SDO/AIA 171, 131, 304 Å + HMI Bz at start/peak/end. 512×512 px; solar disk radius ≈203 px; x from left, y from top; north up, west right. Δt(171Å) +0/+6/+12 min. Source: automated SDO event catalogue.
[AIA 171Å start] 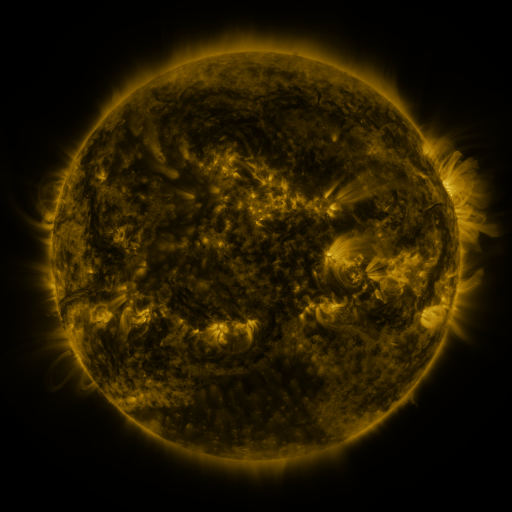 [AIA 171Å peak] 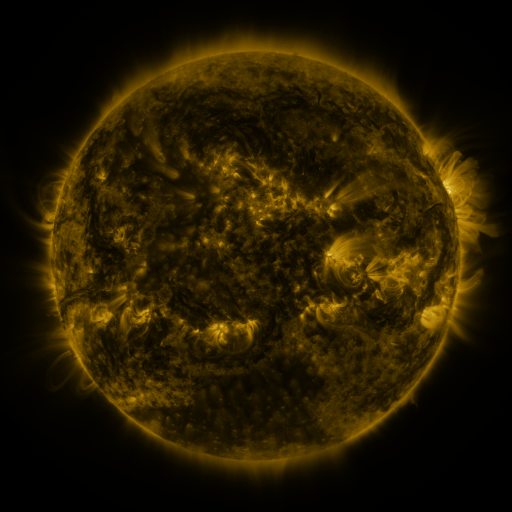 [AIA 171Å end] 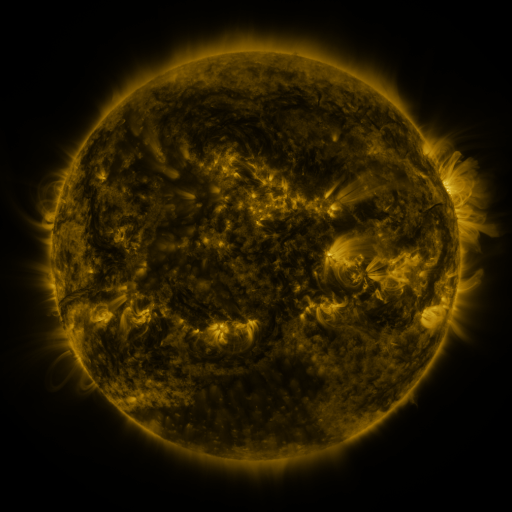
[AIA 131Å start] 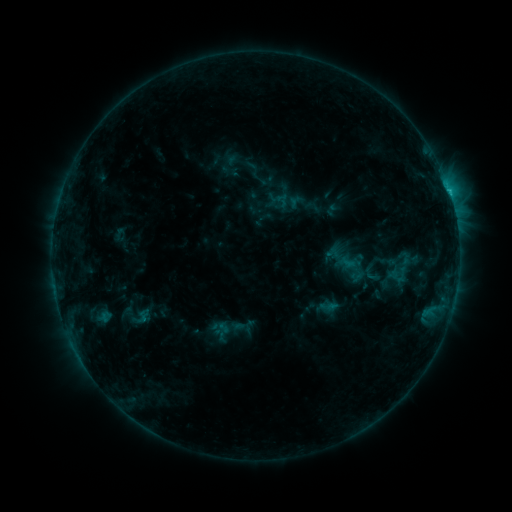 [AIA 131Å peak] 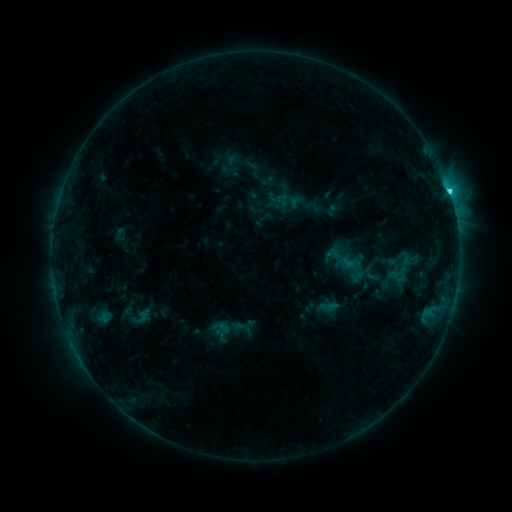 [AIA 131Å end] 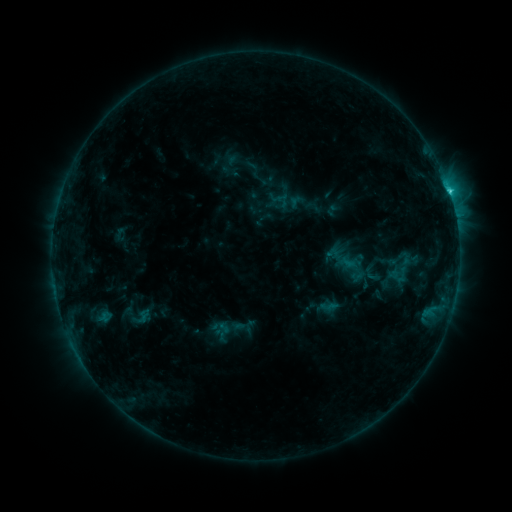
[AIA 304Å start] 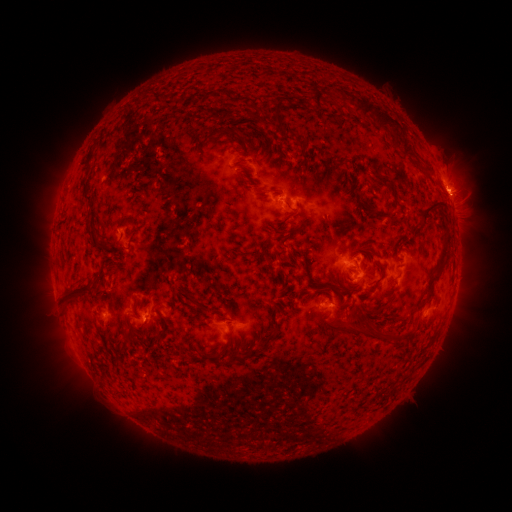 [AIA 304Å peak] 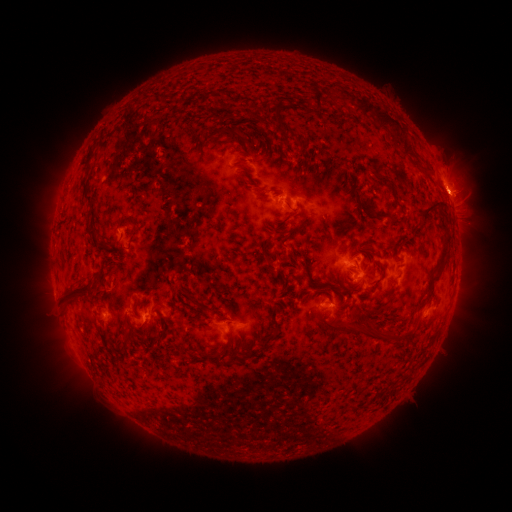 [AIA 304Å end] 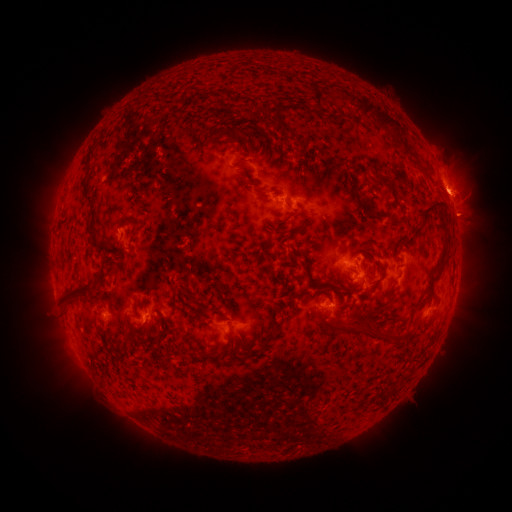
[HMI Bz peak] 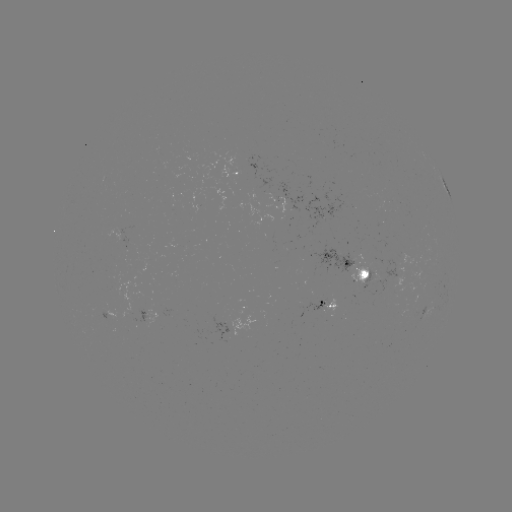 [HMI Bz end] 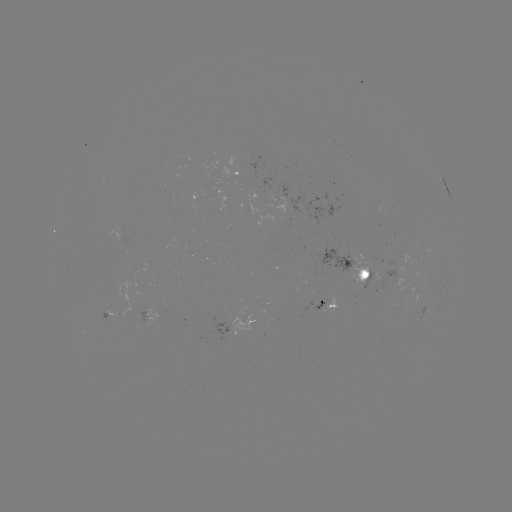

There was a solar flare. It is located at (446, 192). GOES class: C2.7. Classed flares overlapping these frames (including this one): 1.